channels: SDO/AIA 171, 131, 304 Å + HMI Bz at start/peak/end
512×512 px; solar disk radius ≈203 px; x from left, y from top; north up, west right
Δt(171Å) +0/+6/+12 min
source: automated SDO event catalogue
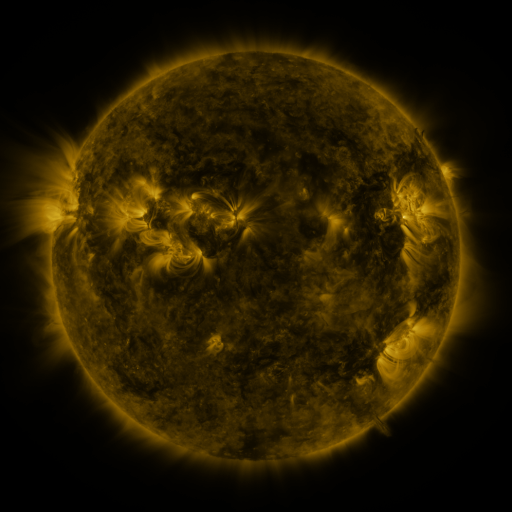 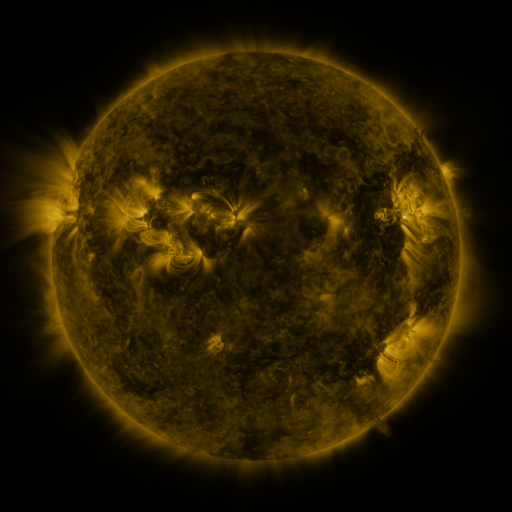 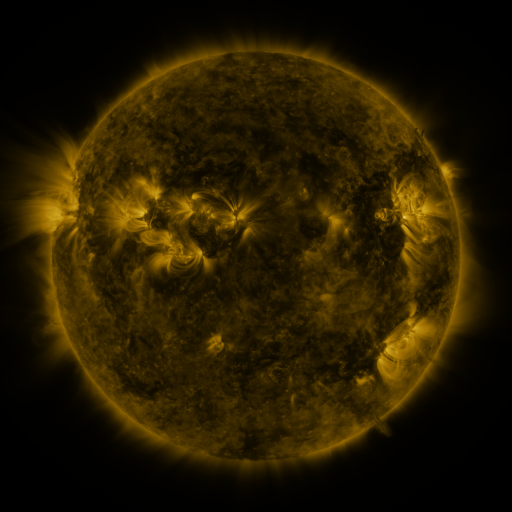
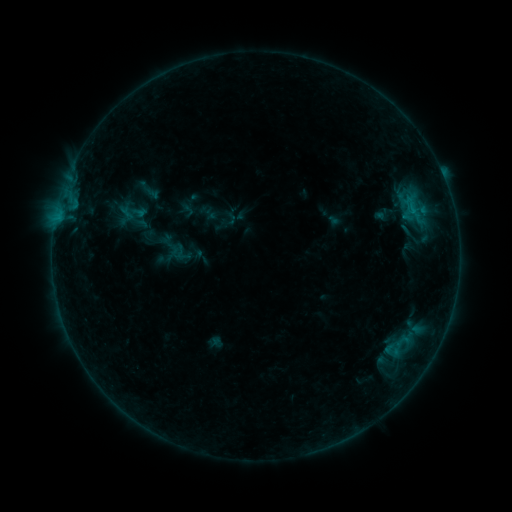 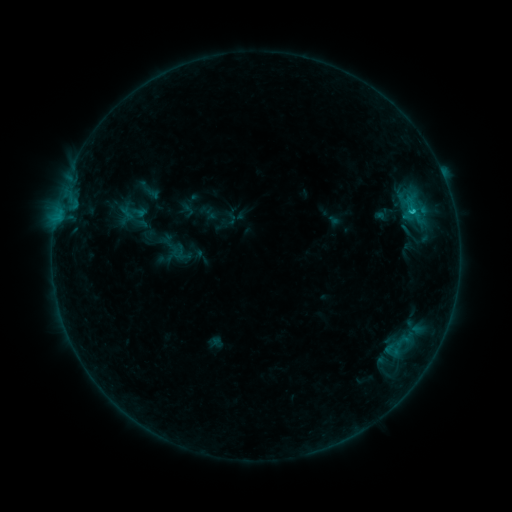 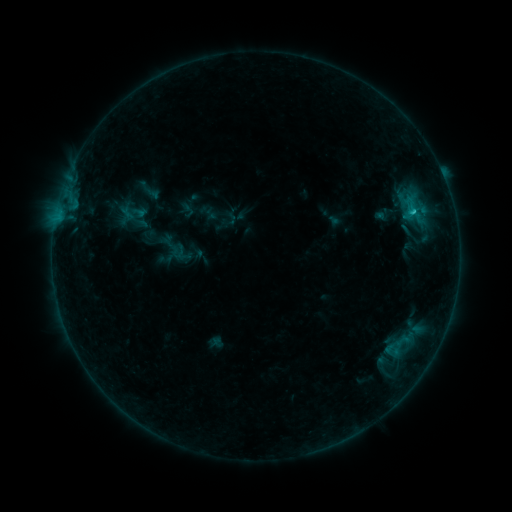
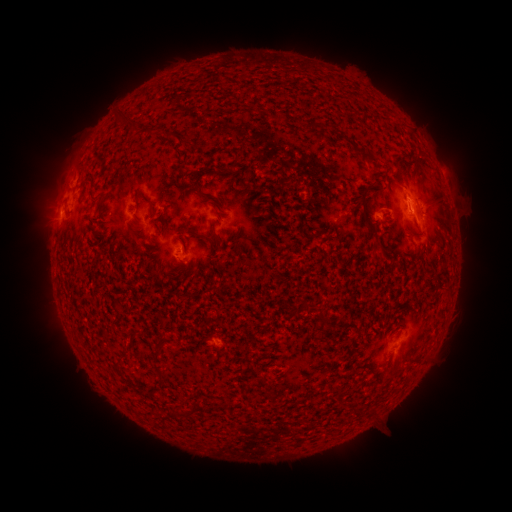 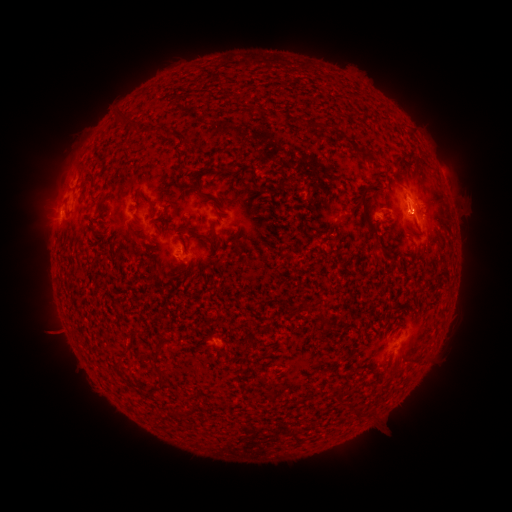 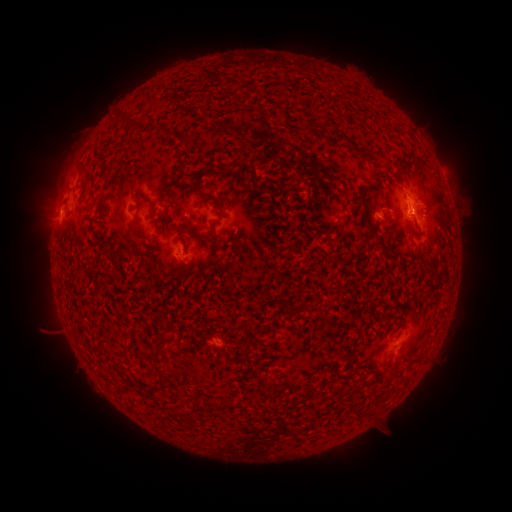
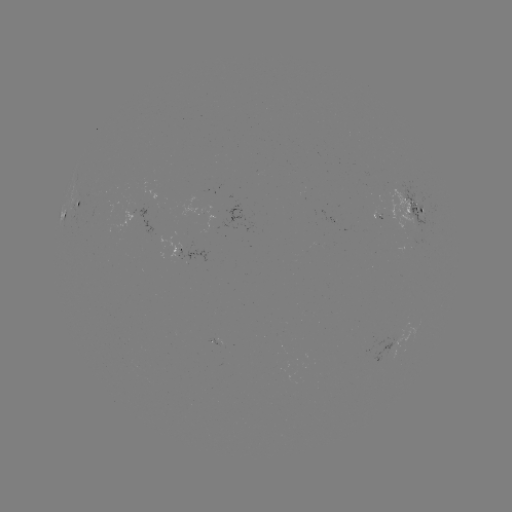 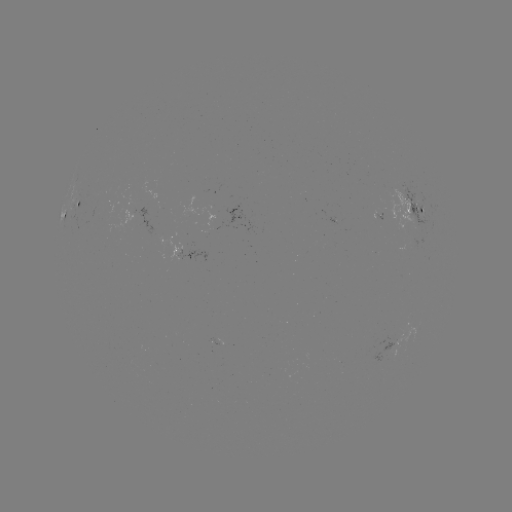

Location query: B8.9 flare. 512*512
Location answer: [412, 214].